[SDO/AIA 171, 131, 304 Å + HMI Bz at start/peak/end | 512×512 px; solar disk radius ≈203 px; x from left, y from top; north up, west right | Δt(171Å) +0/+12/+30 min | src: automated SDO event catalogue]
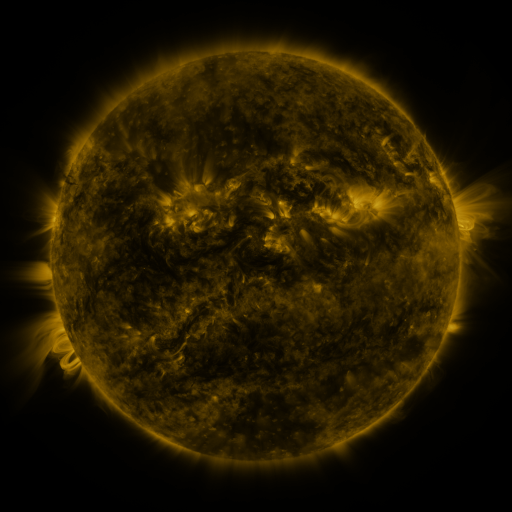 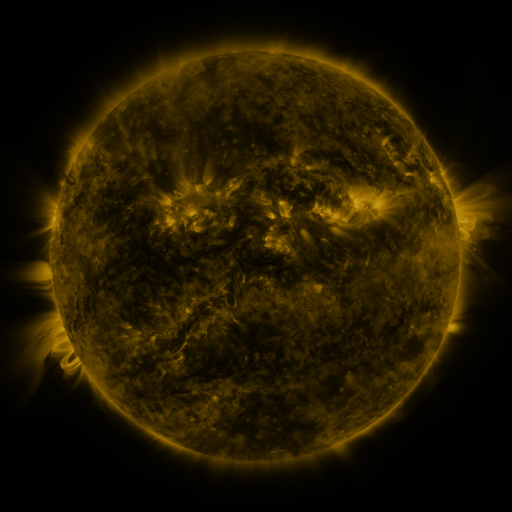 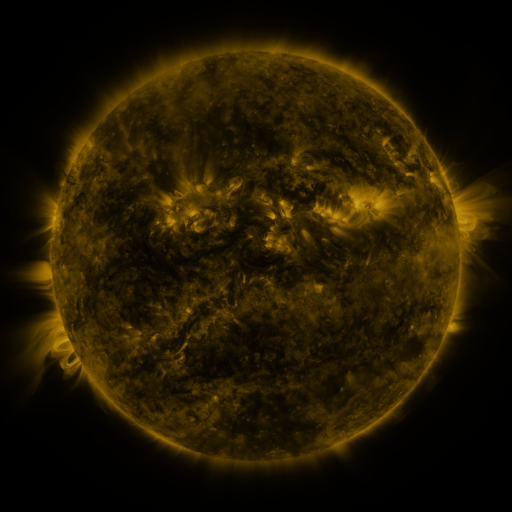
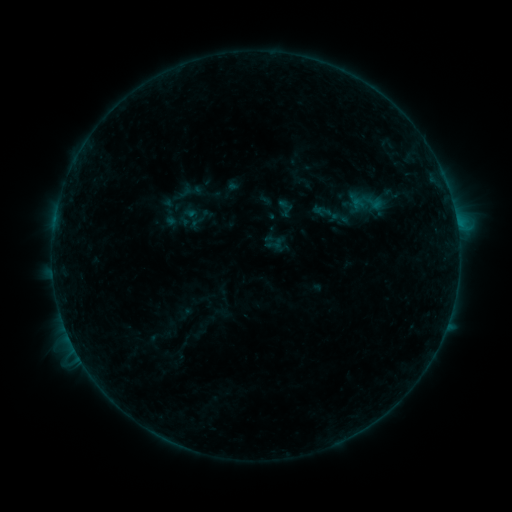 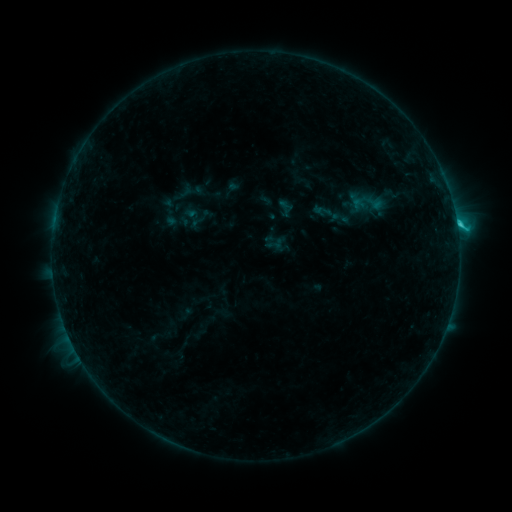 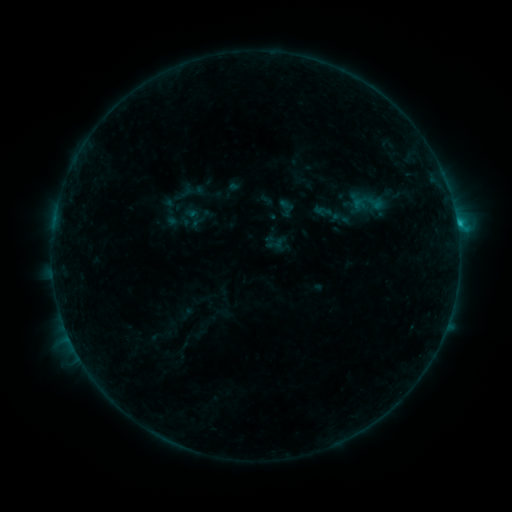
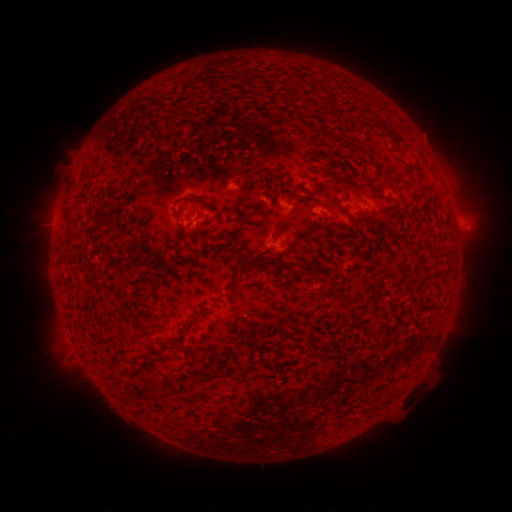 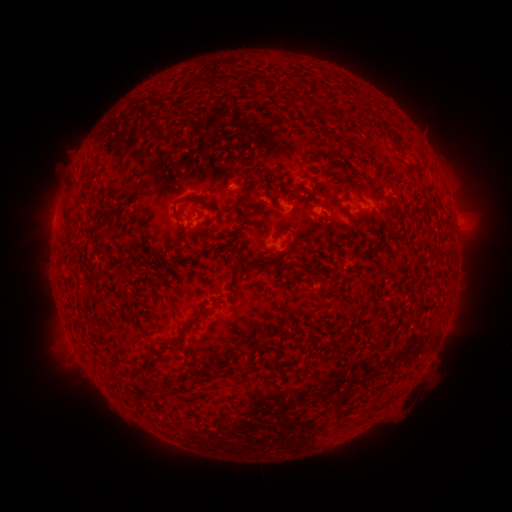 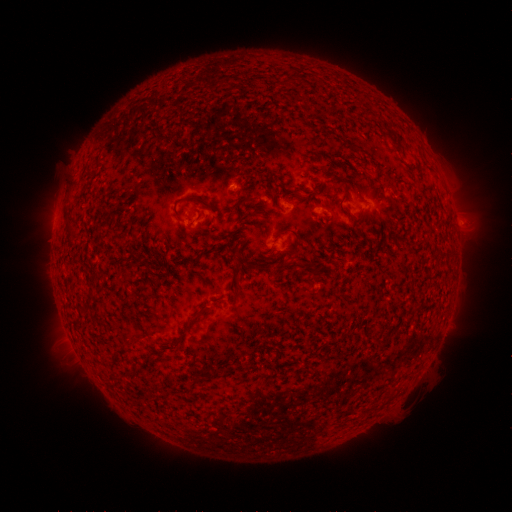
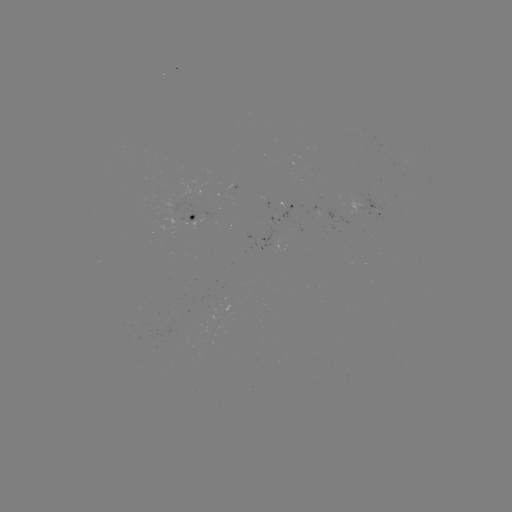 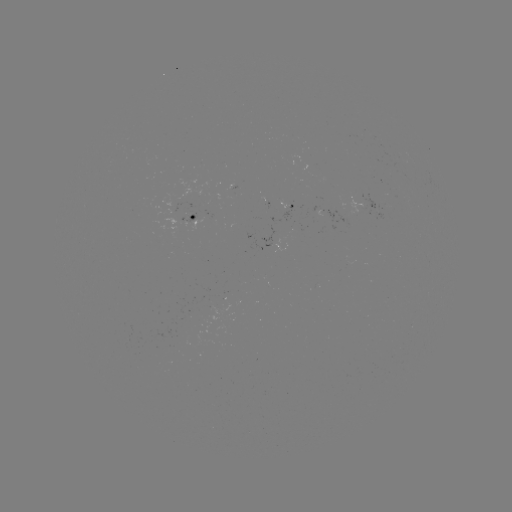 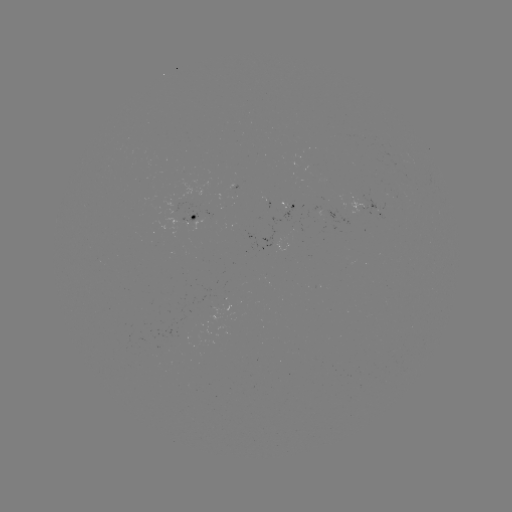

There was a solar flare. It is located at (457, 227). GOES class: C1.4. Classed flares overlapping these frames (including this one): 1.